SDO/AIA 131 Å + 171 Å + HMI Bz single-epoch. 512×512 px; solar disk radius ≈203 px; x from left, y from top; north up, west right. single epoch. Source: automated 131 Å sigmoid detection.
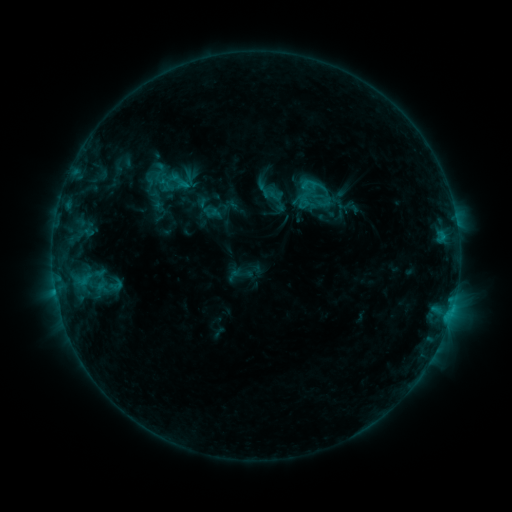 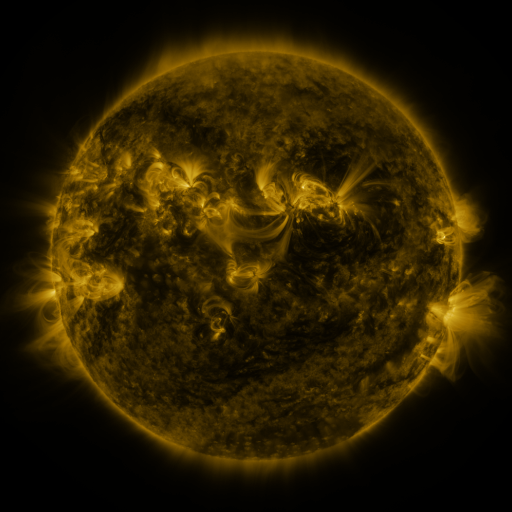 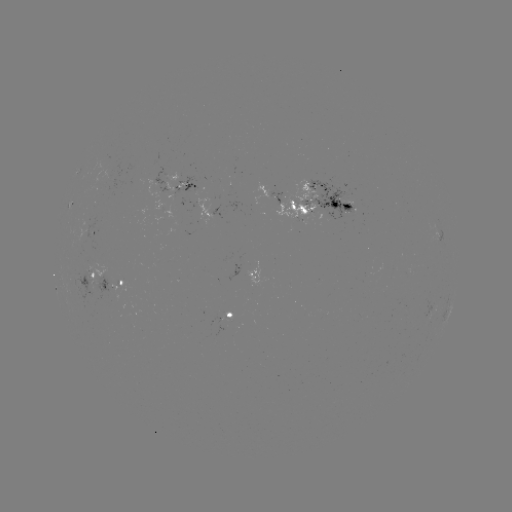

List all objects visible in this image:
sigmoid: [169, 171, 187, 189]
sigmoid: [262, 183, 285, 206]
sigmoid: [157, 191, 175, 209]
sigmoid: [84, 275, 109, 294]
